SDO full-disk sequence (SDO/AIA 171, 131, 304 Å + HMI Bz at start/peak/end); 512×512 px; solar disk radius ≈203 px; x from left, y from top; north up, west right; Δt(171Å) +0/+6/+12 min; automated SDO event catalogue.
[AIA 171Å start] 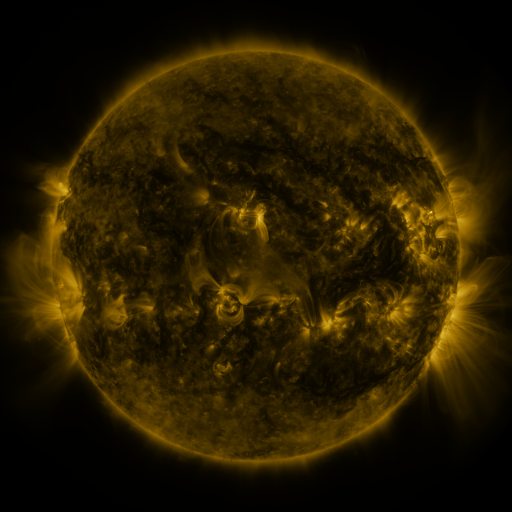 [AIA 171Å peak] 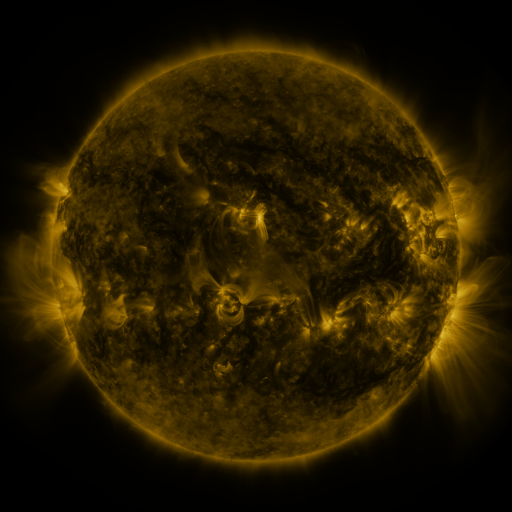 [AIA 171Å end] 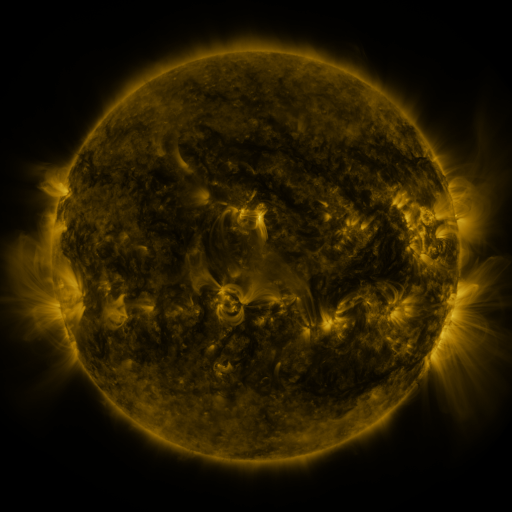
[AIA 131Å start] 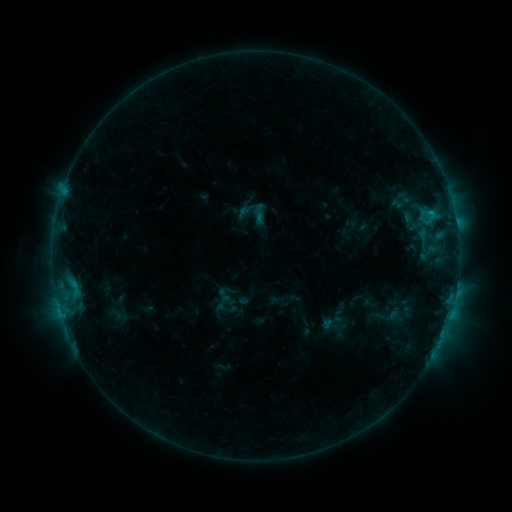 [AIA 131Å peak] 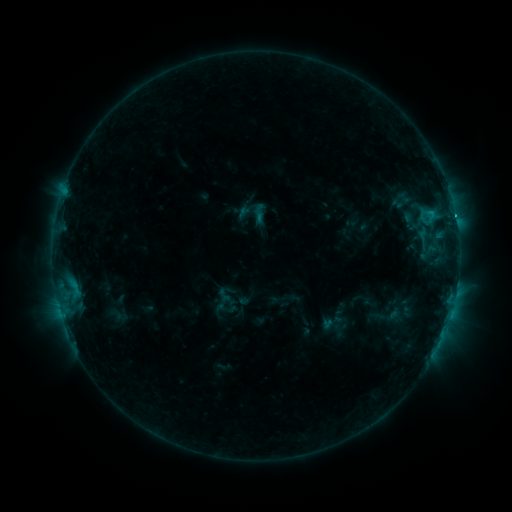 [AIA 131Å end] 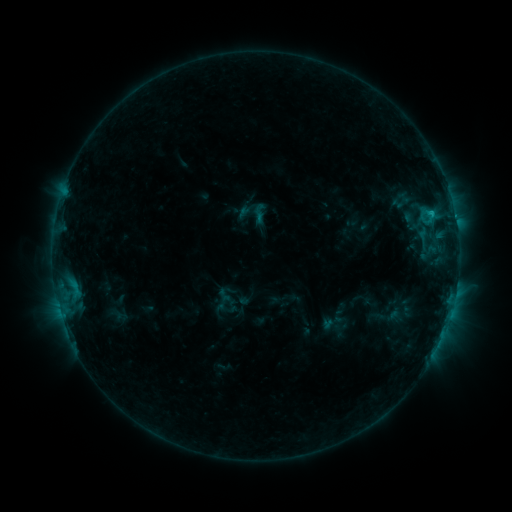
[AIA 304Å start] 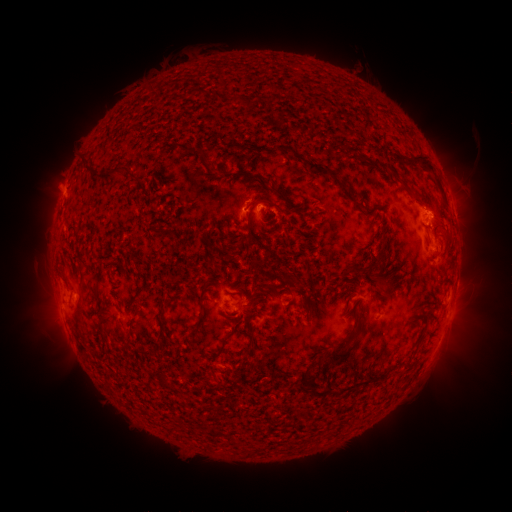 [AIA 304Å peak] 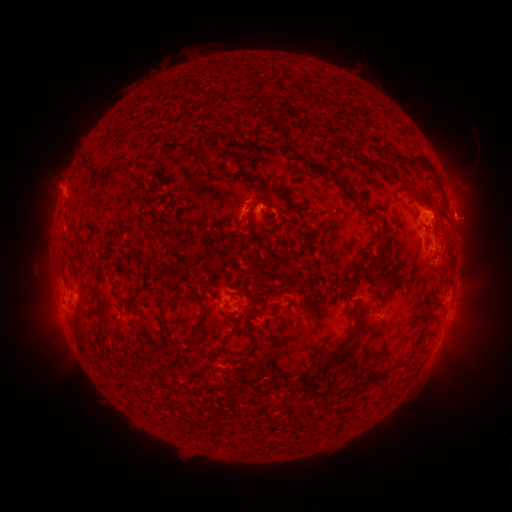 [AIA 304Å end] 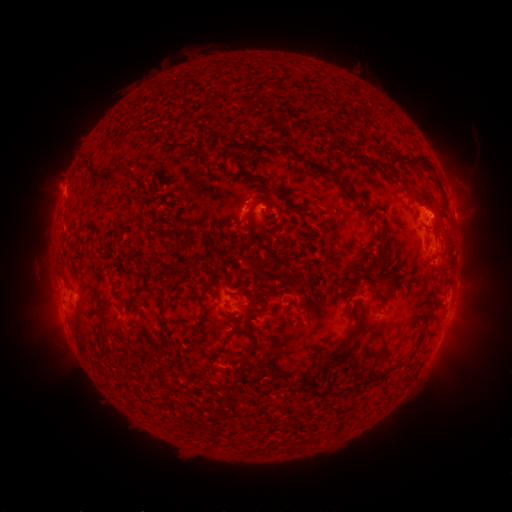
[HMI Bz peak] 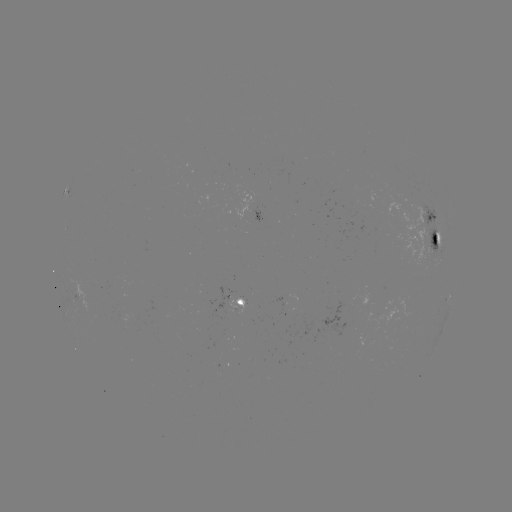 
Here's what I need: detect C1.9 flare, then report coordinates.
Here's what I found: C1.9 flare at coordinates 454,213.